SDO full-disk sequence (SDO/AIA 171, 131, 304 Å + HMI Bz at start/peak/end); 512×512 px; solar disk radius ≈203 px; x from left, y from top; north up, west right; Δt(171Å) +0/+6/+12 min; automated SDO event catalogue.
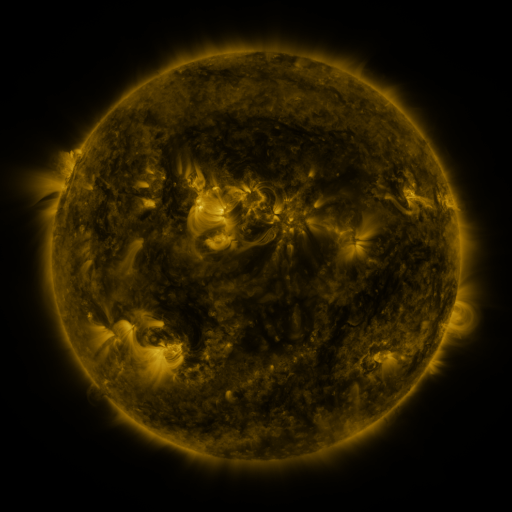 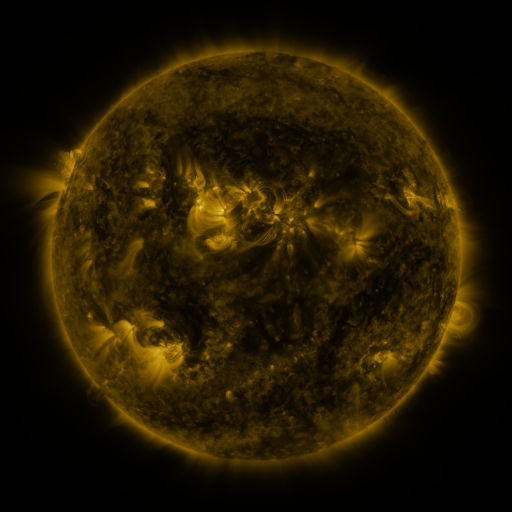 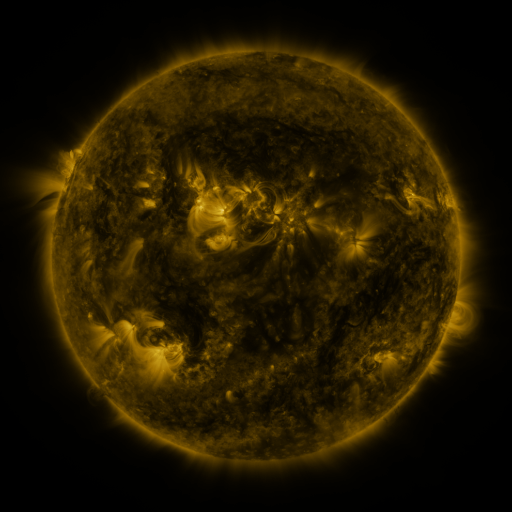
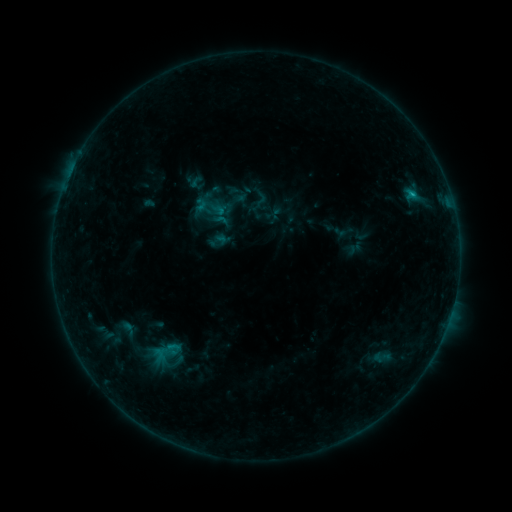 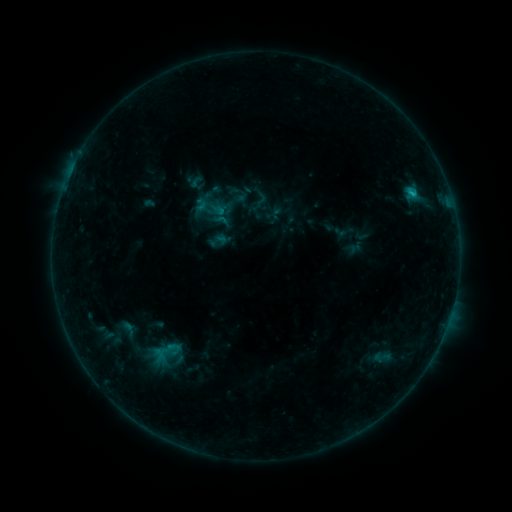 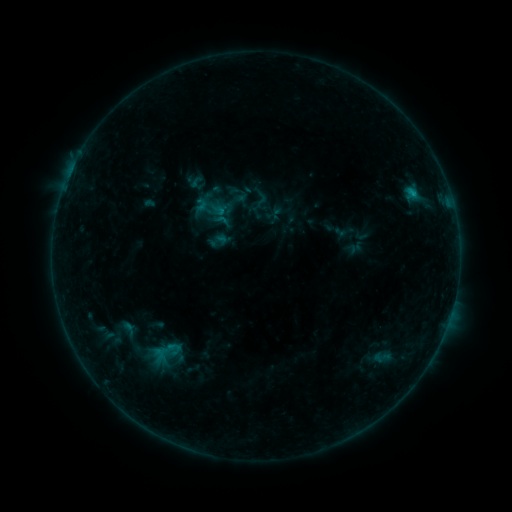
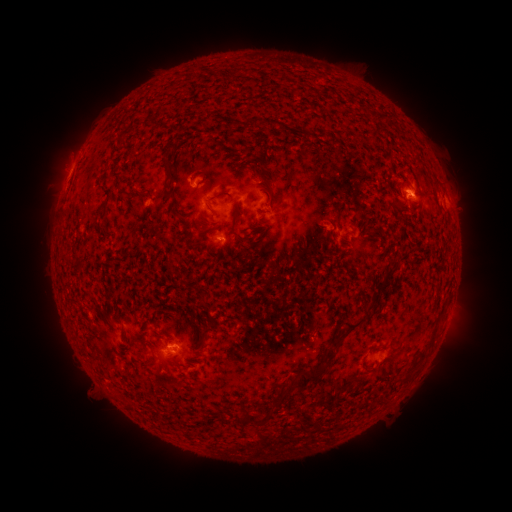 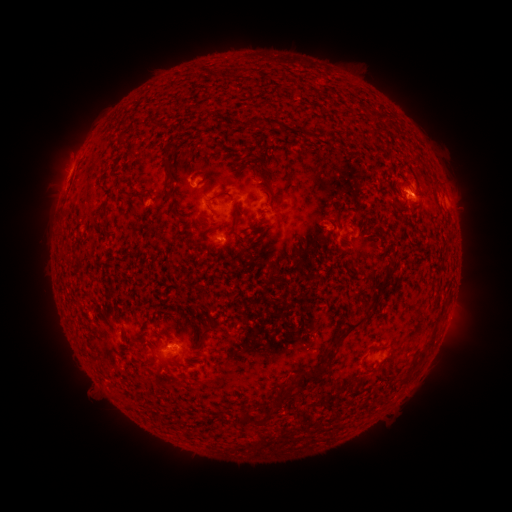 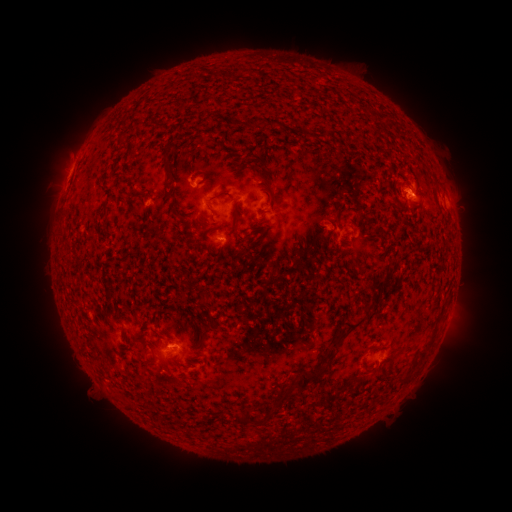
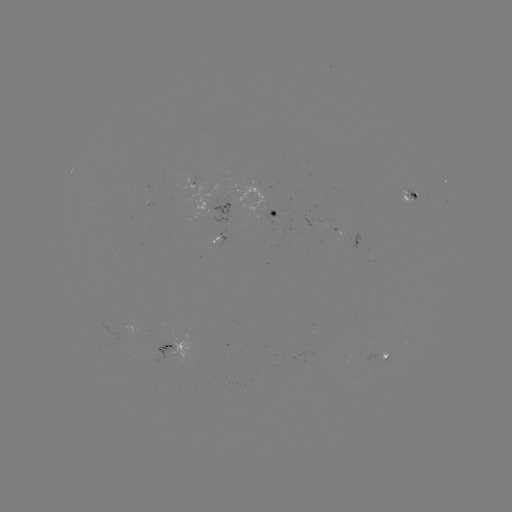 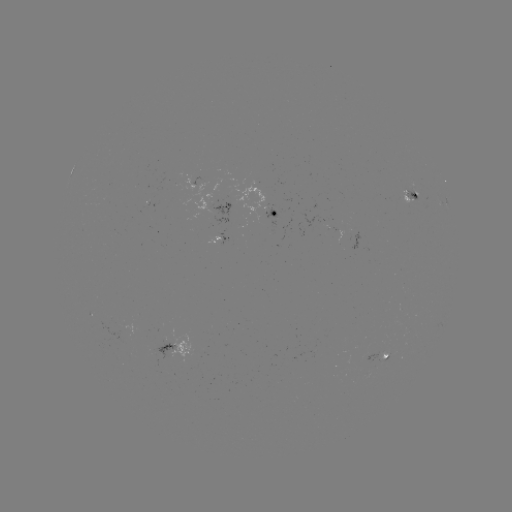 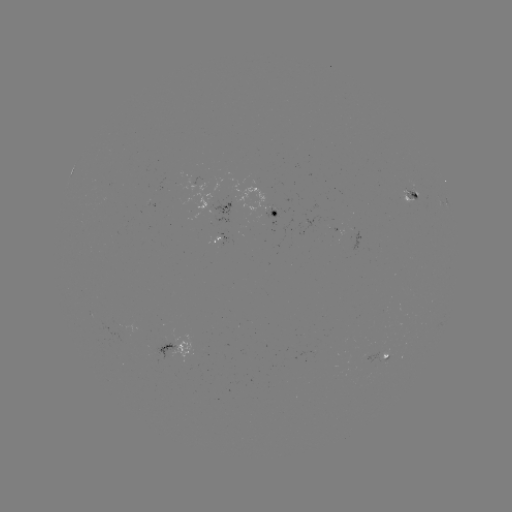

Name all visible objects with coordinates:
B8.0 flare: (414, 195)
